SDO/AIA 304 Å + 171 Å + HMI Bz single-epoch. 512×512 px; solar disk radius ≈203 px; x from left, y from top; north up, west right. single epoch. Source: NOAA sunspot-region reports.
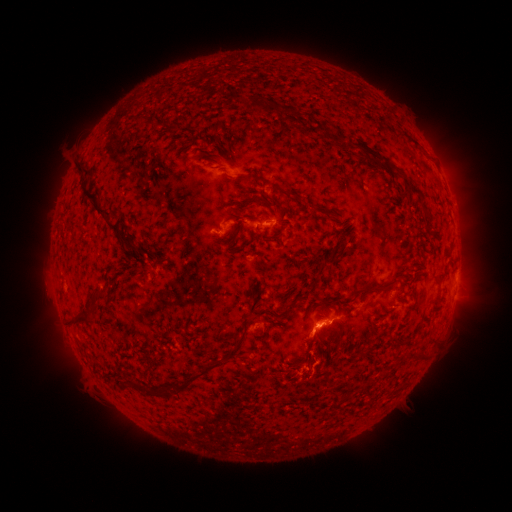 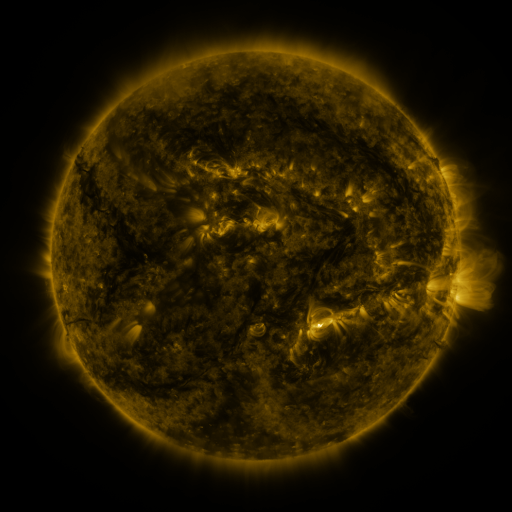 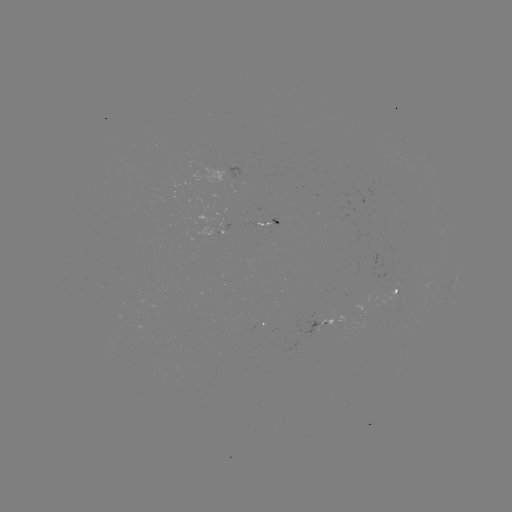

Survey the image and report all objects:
spotted active region: (239, 173)
spotted active region: (266, 224)
spotted active region: (220, 231)
spotted active region: (456, 272)
spotted active region: (397, 290)
spotted active region: (321, 323)
